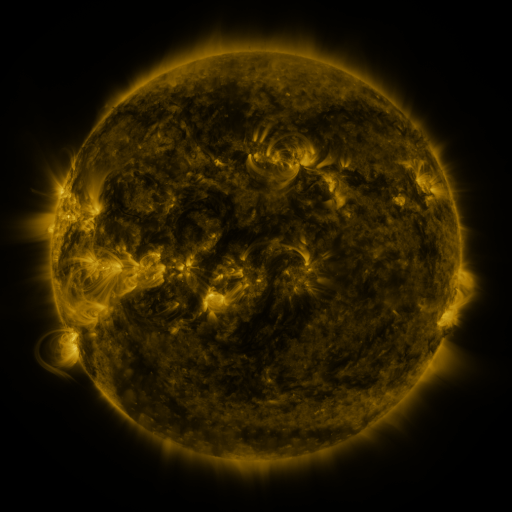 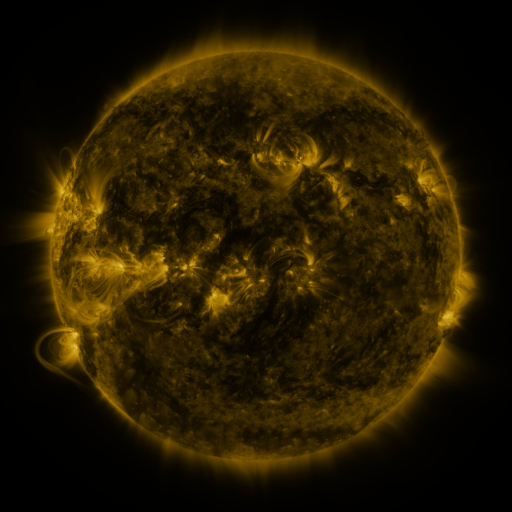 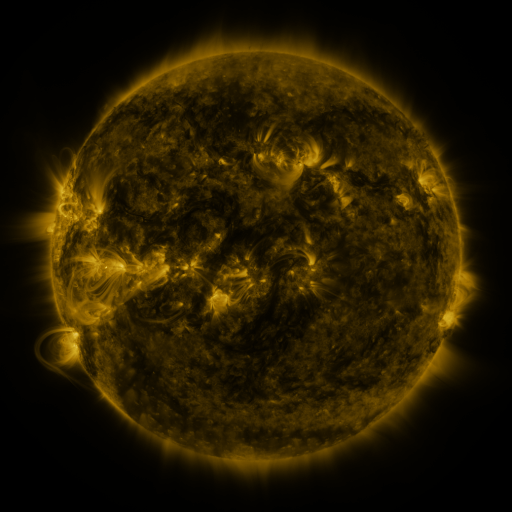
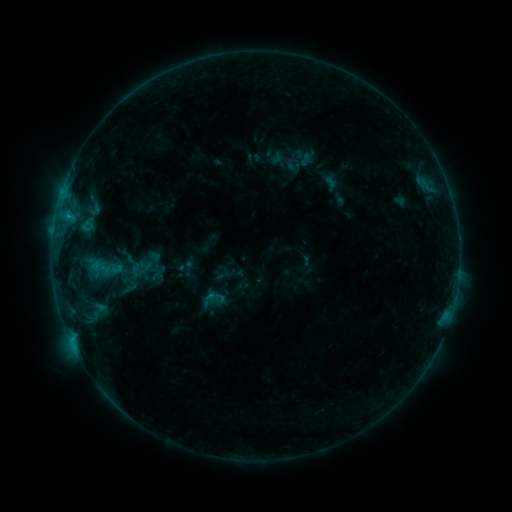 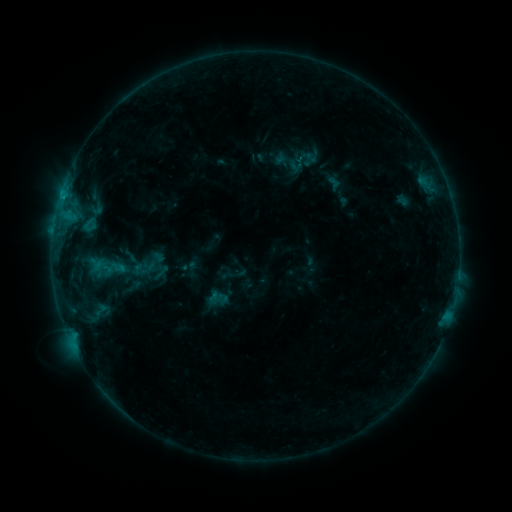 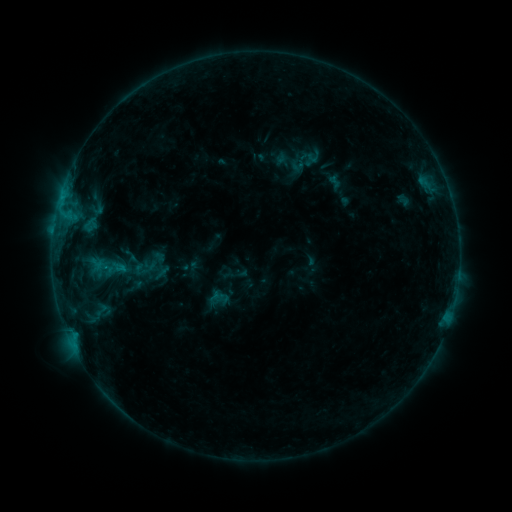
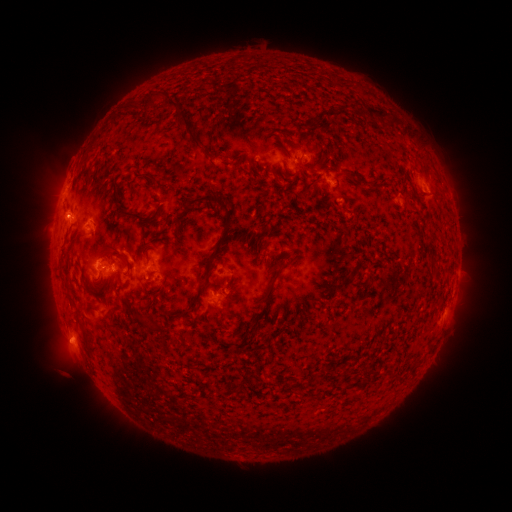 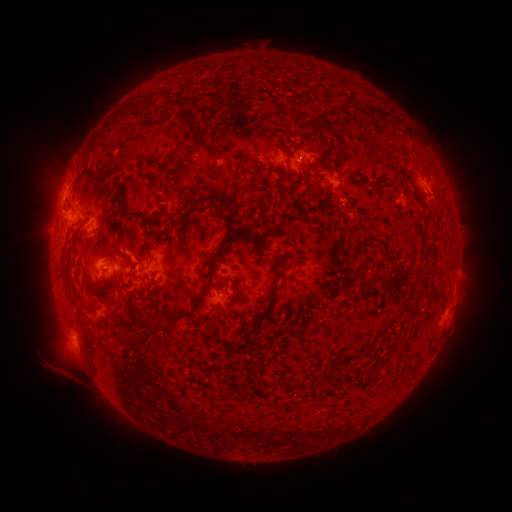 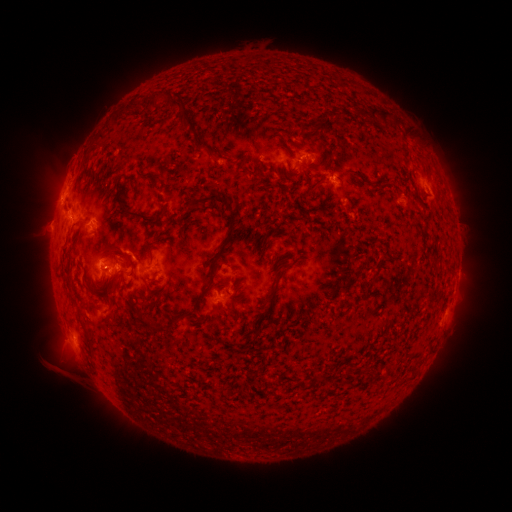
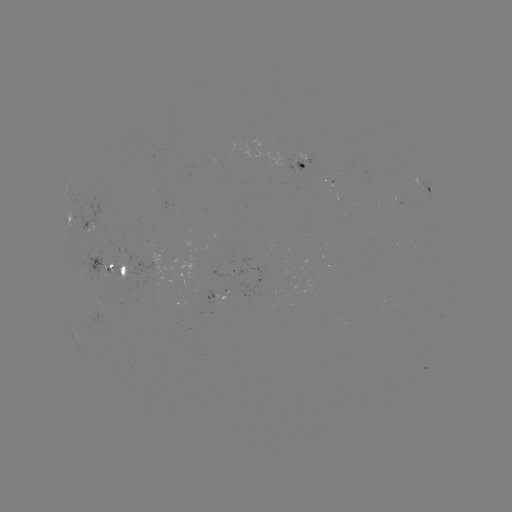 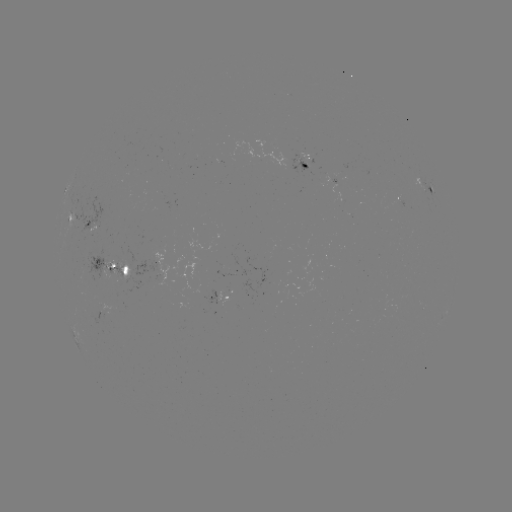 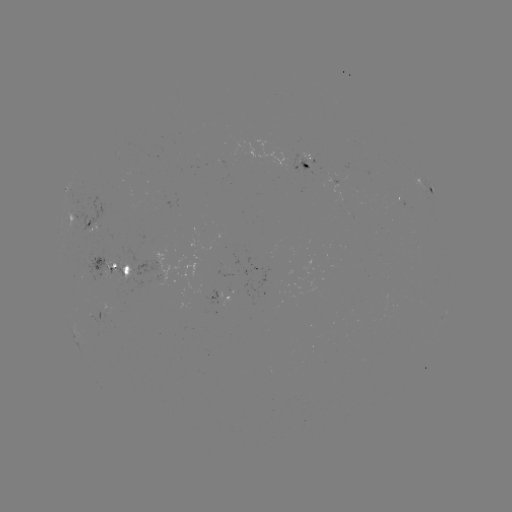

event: emerging-flux region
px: (94, 221)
